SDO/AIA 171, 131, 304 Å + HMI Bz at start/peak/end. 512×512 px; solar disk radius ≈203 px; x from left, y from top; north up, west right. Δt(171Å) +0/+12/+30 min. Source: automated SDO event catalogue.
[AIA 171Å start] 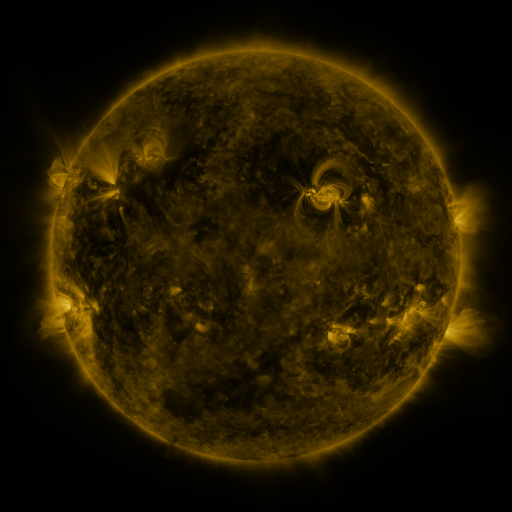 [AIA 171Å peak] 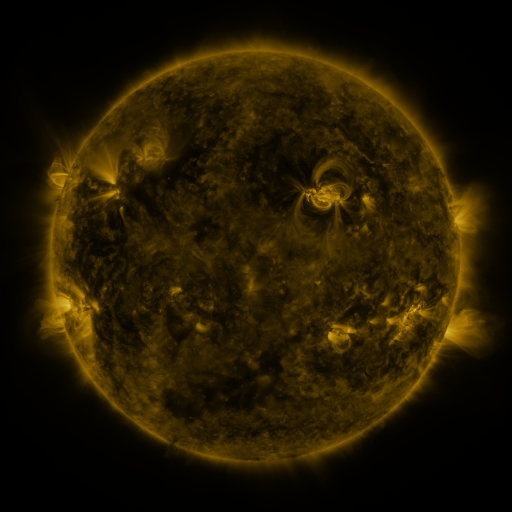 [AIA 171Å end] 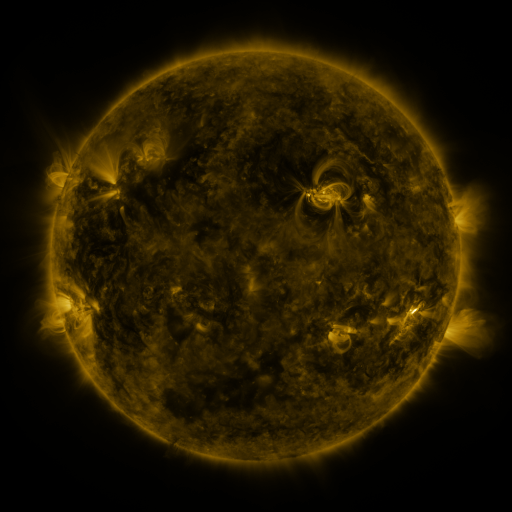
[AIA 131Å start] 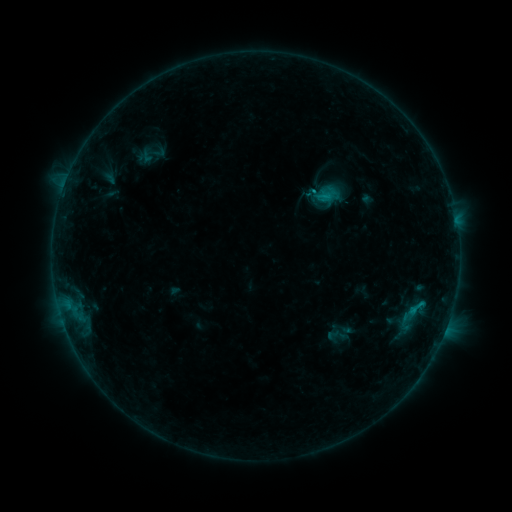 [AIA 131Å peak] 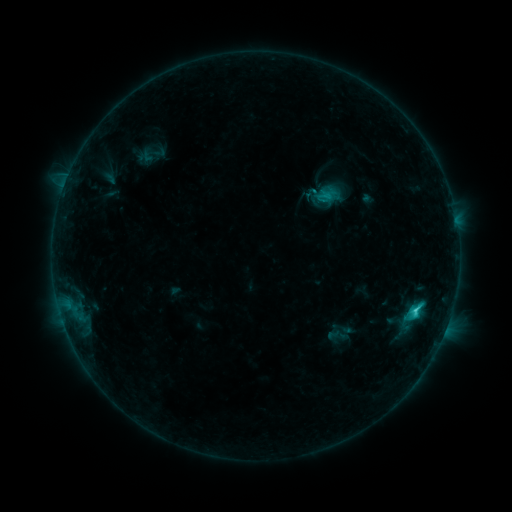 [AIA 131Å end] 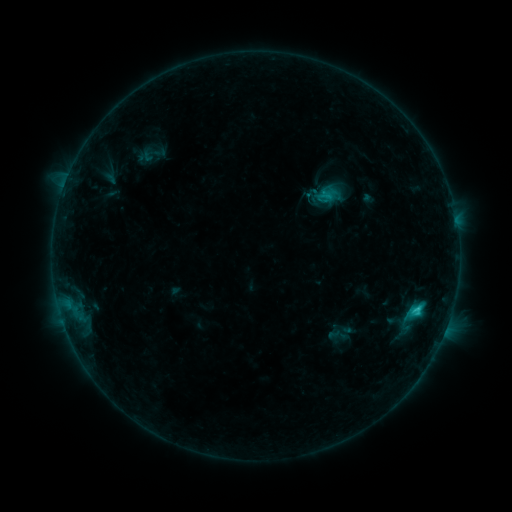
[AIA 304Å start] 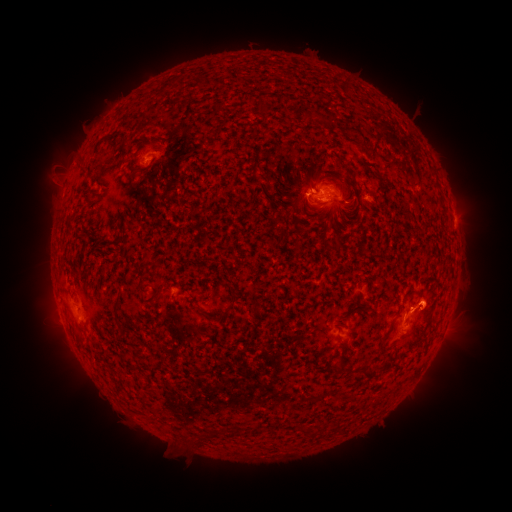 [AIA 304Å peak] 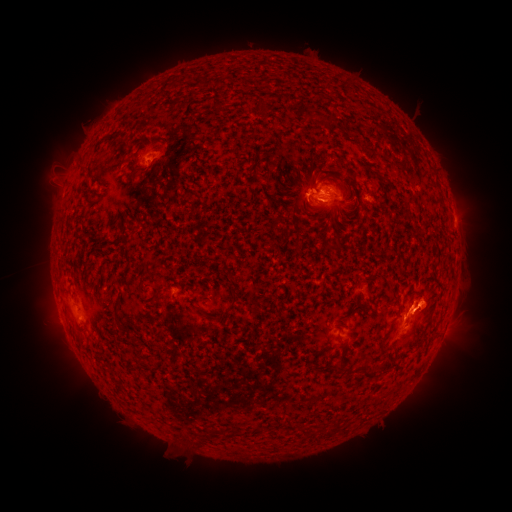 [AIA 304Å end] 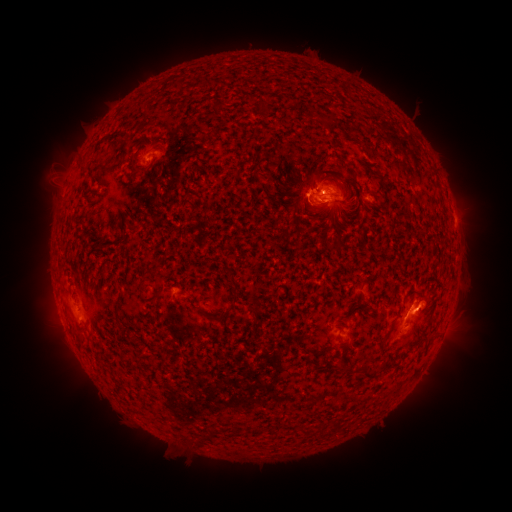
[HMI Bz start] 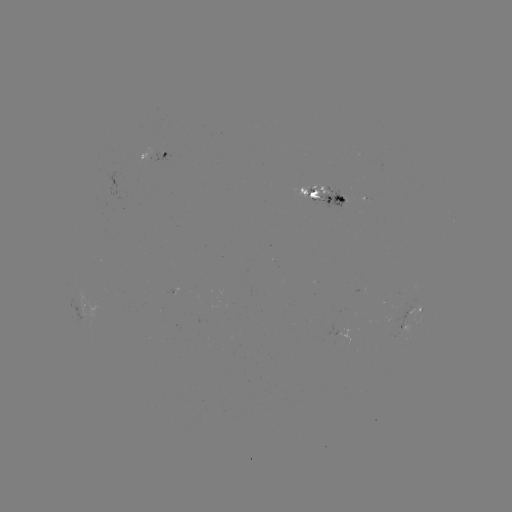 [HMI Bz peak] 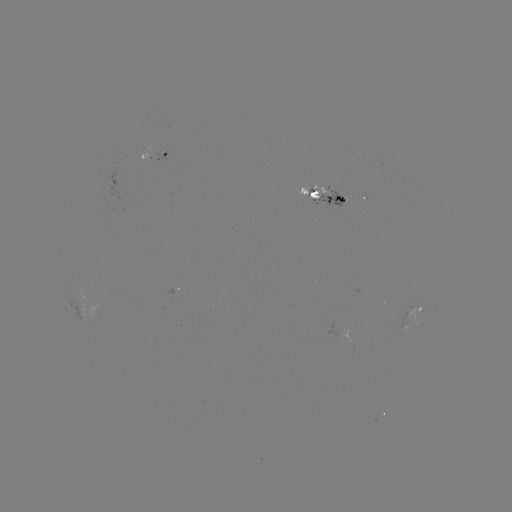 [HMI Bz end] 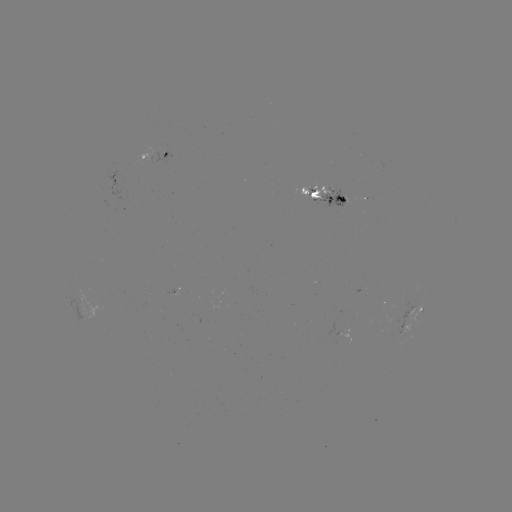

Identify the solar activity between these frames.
C2.7 flare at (416, 309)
